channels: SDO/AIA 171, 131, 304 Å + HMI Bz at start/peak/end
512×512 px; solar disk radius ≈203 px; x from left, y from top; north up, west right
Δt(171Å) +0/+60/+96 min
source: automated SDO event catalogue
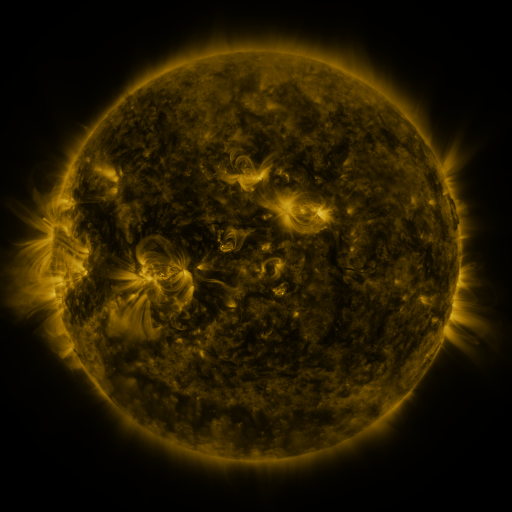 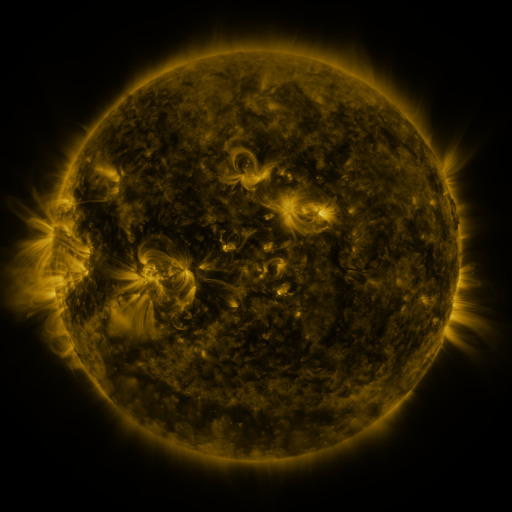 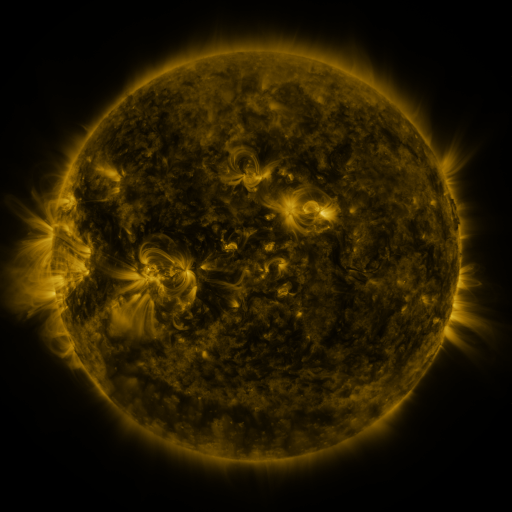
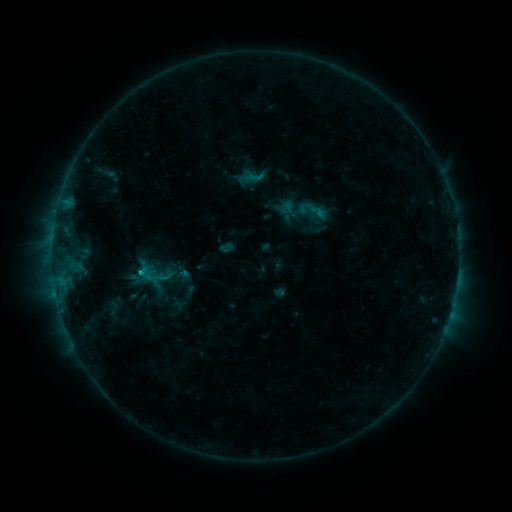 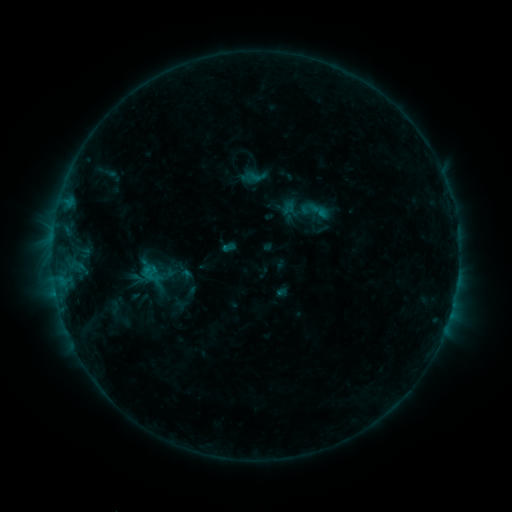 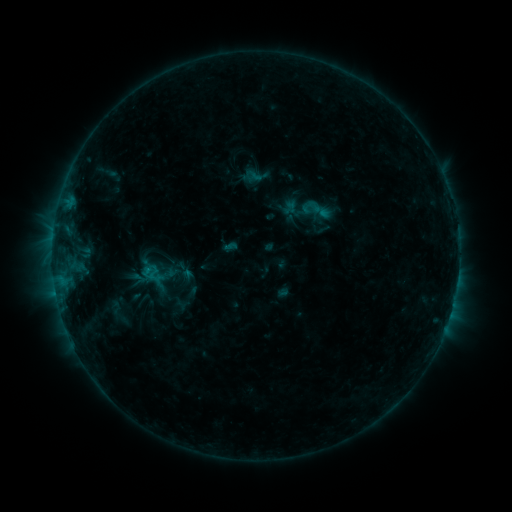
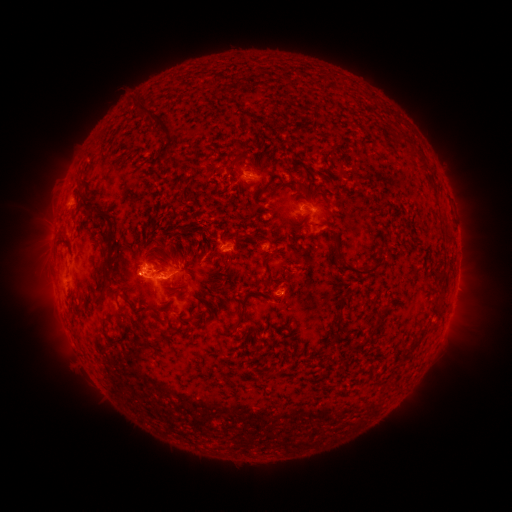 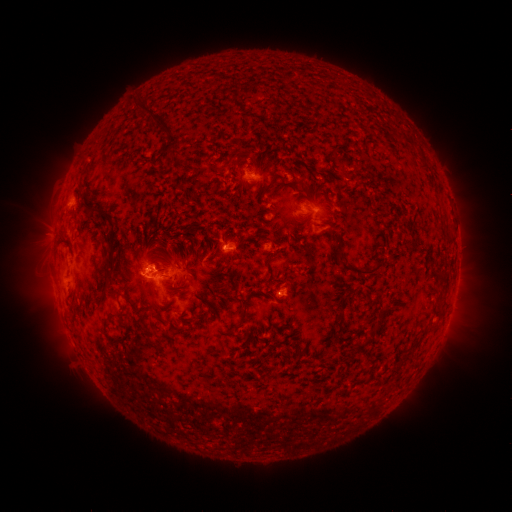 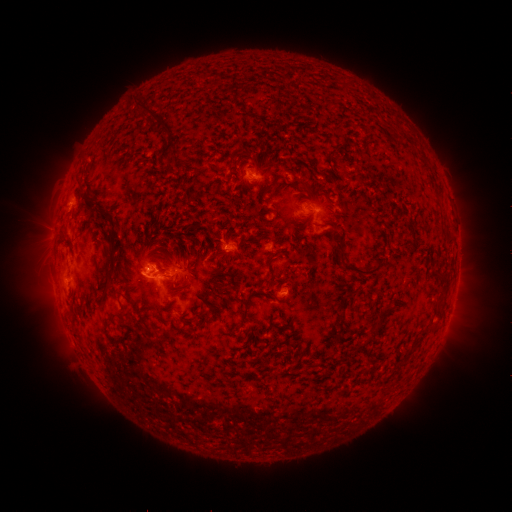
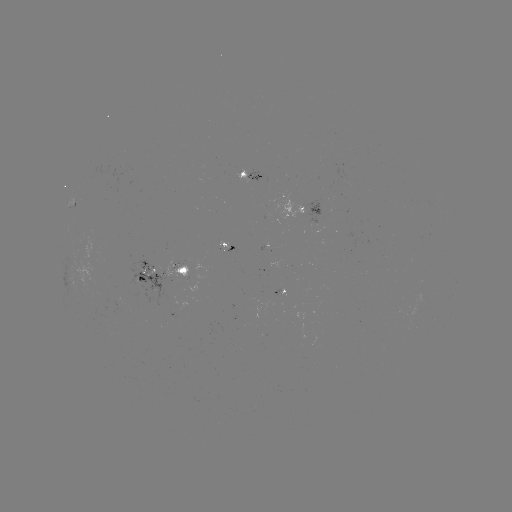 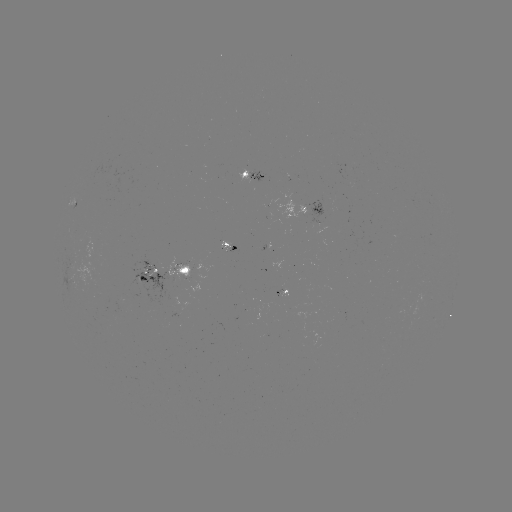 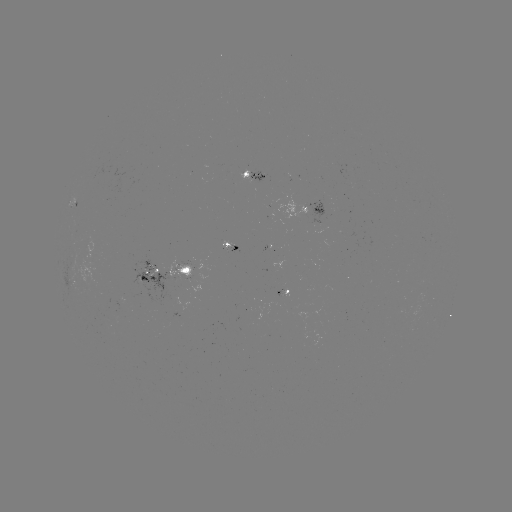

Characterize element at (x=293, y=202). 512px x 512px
emerging-flux region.